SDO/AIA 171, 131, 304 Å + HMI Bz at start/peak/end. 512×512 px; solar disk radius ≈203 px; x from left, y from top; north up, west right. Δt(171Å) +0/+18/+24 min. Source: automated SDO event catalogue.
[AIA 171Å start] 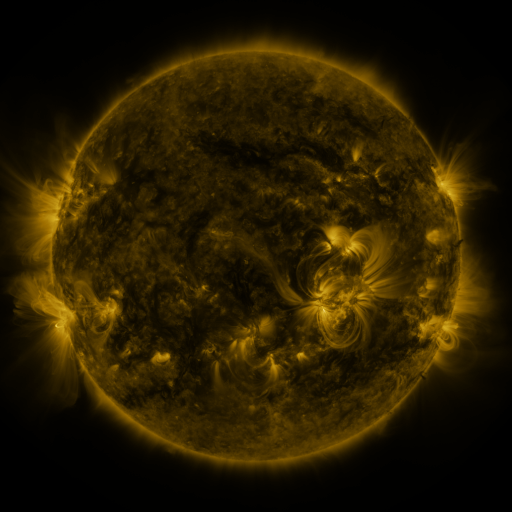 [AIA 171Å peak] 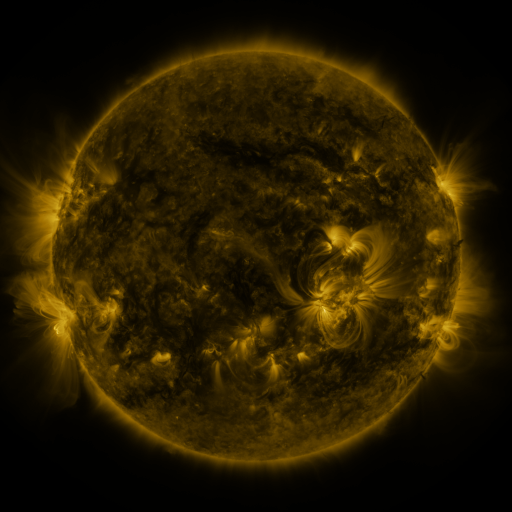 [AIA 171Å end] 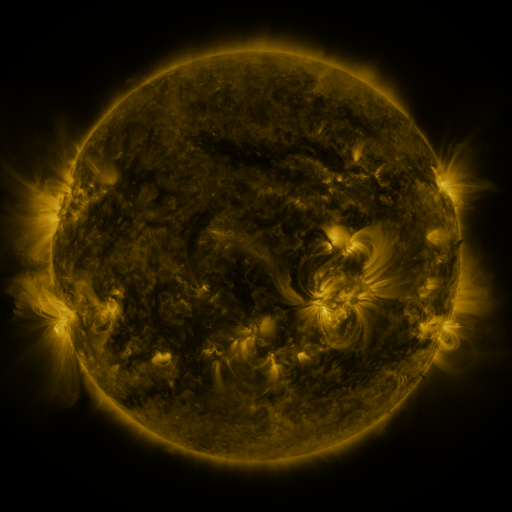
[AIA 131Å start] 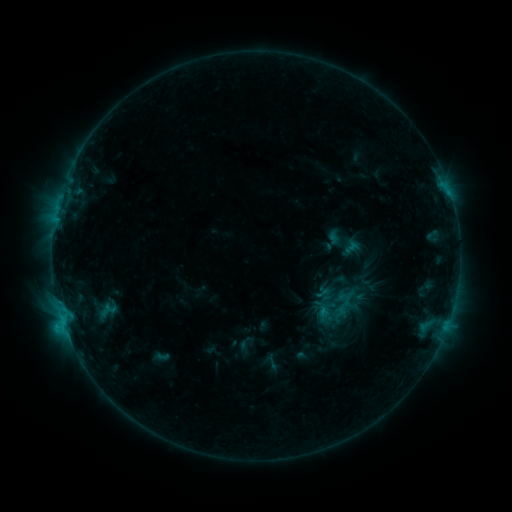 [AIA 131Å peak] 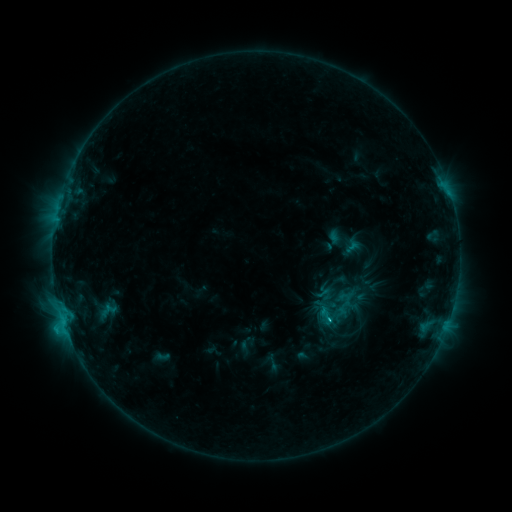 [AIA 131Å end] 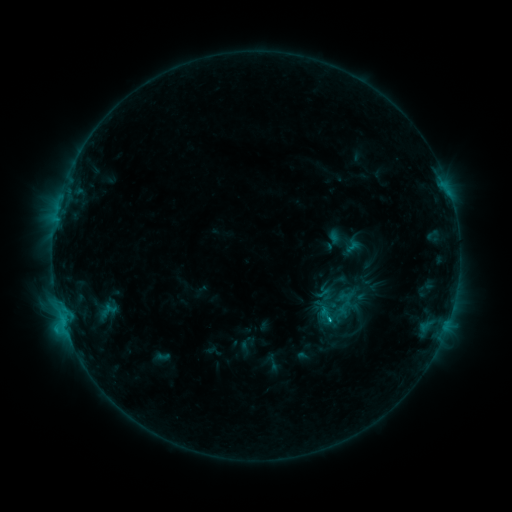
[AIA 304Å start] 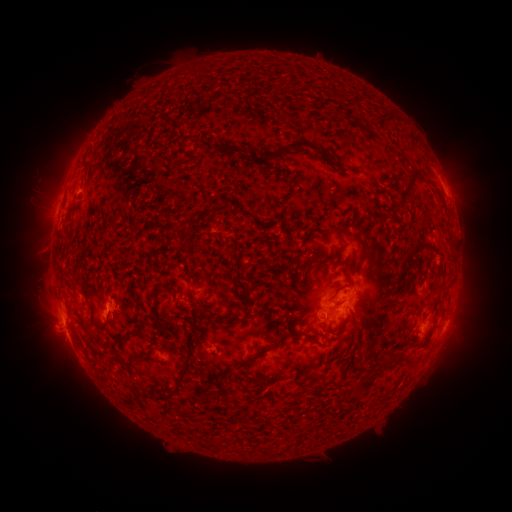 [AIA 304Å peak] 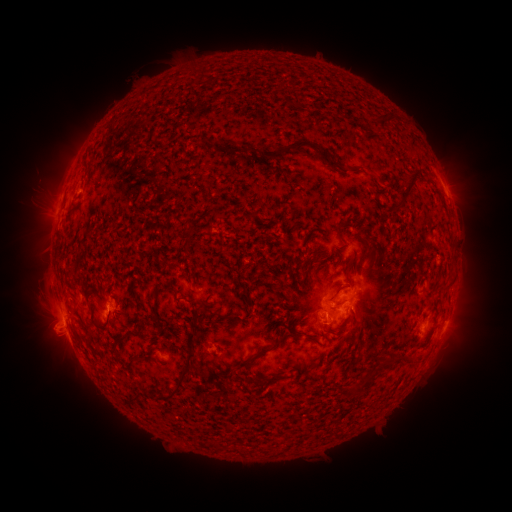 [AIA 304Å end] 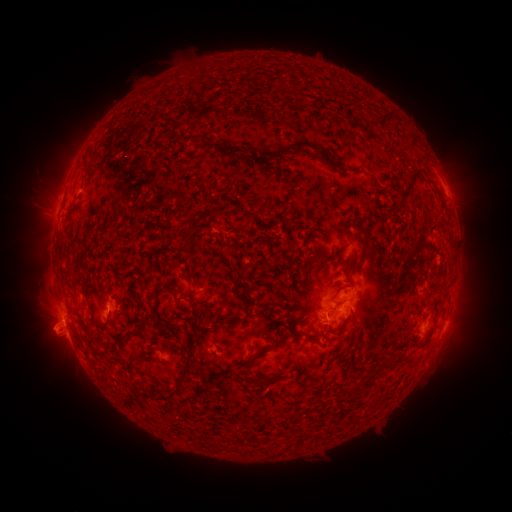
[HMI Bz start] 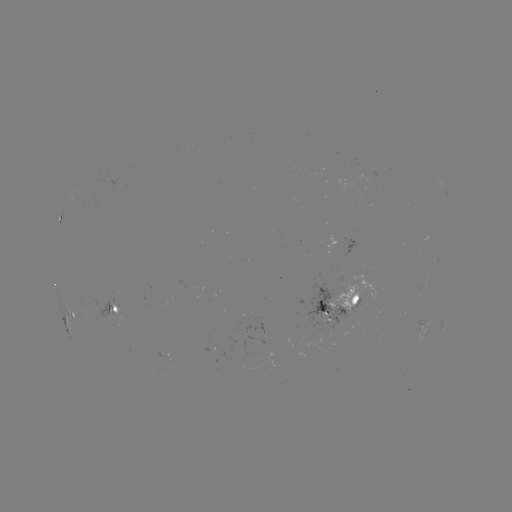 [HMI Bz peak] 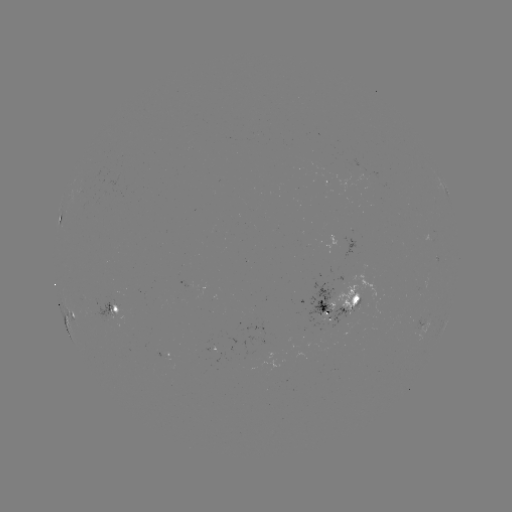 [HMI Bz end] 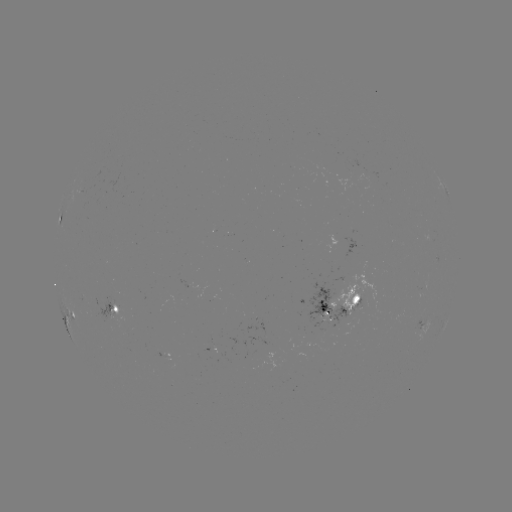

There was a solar flare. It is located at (326, 319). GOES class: C1.3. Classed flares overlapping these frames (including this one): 1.